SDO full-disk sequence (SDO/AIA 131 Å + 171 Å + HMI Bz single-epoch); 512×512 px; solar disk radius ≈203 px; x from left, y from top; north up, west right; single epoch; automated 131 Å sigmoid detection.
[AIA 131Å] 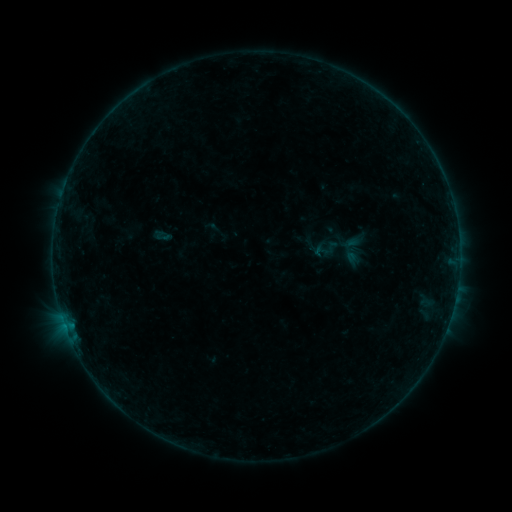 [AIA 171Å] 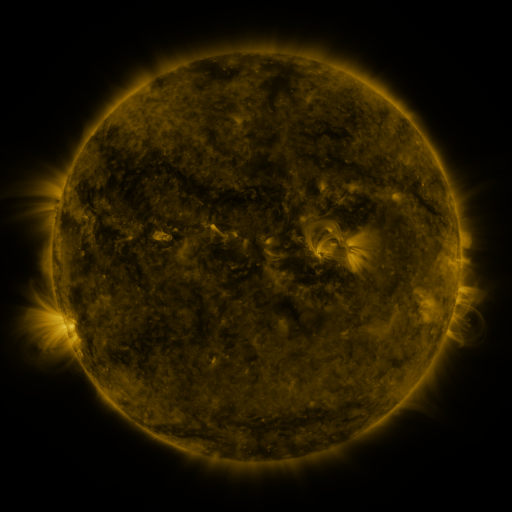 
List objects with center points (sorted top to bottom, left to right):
sigmoid: (162, 235)
sigmoid: (331, 247)
